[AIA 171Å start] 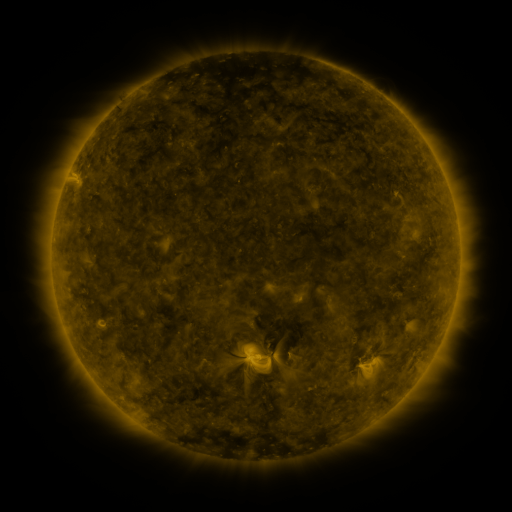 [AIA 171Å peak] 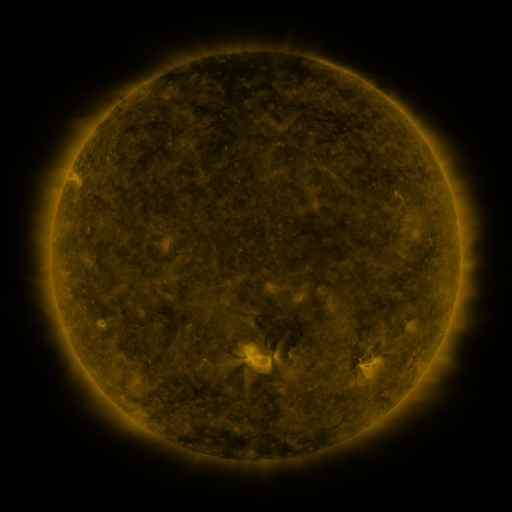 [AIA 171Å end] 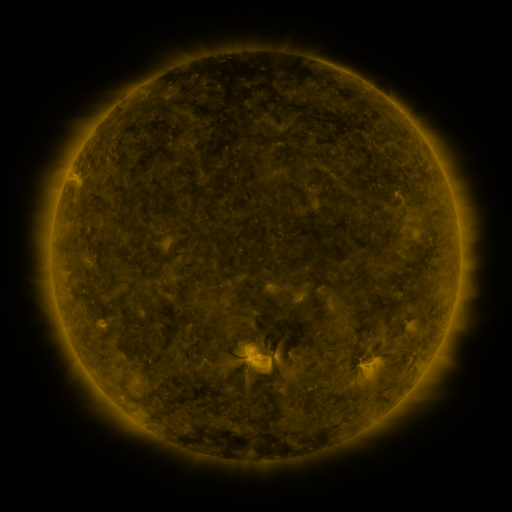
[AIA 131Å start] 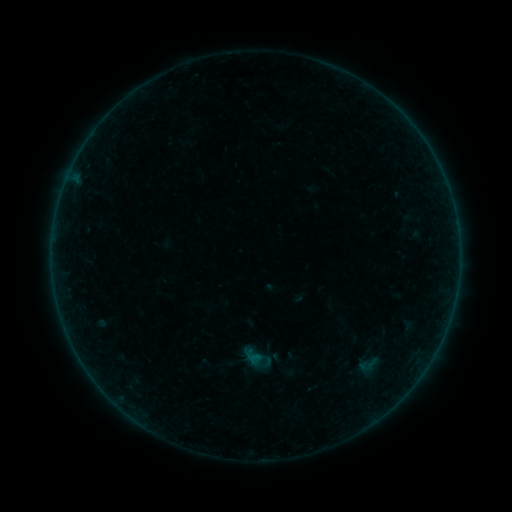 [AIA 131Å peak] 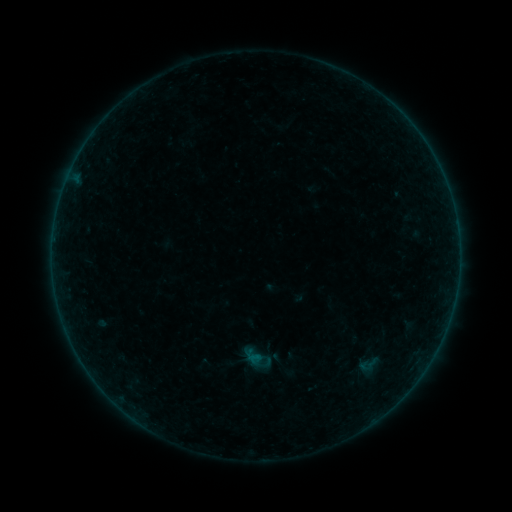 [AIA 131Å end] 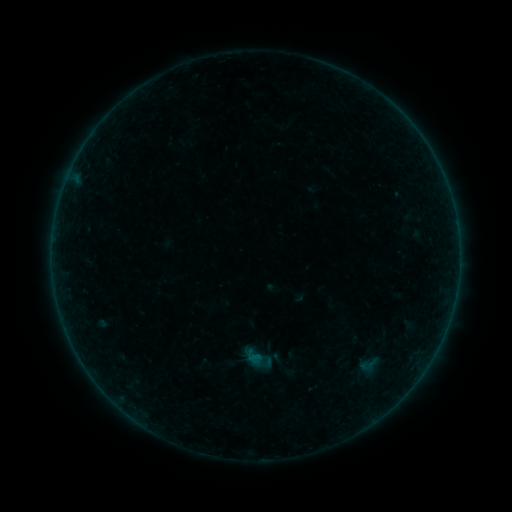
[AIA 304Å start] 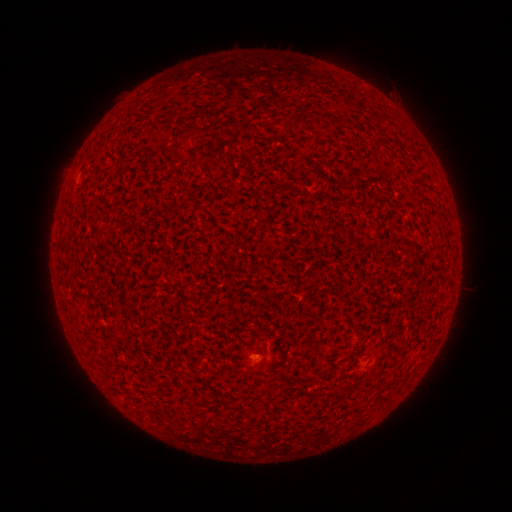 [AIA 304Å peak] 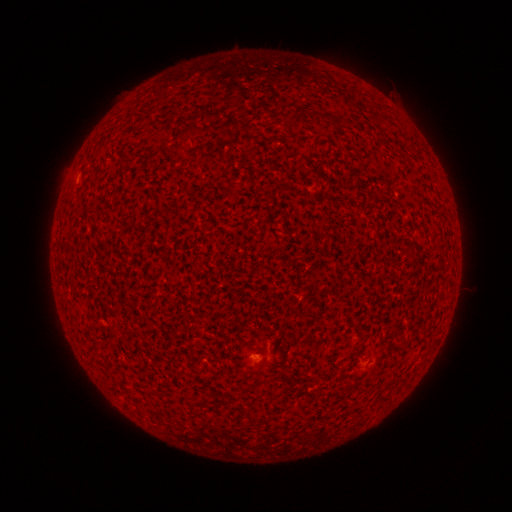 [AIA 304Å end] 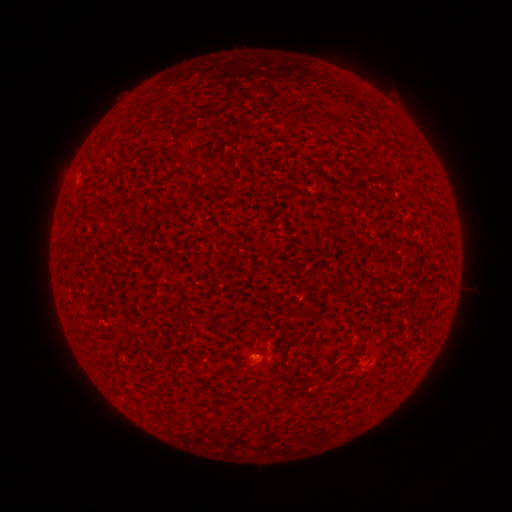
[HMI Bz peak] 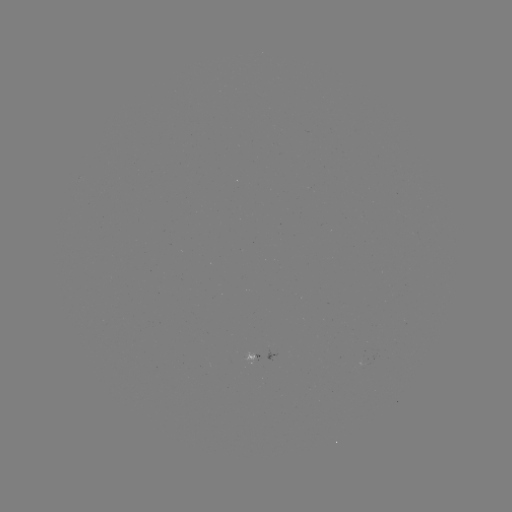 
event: flare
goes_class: A2.2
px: (77, 179)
